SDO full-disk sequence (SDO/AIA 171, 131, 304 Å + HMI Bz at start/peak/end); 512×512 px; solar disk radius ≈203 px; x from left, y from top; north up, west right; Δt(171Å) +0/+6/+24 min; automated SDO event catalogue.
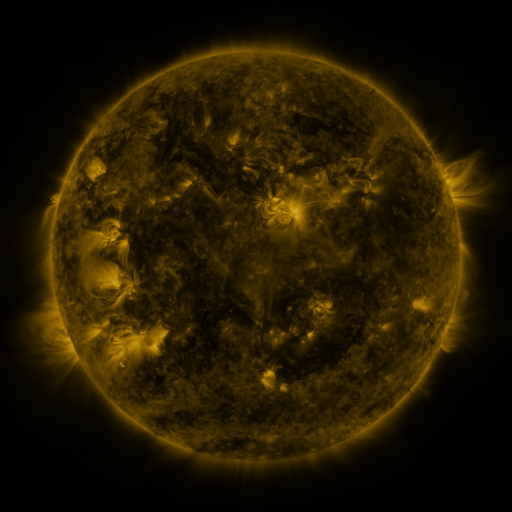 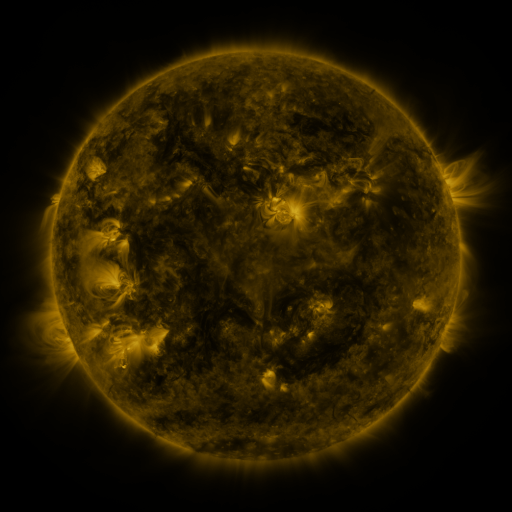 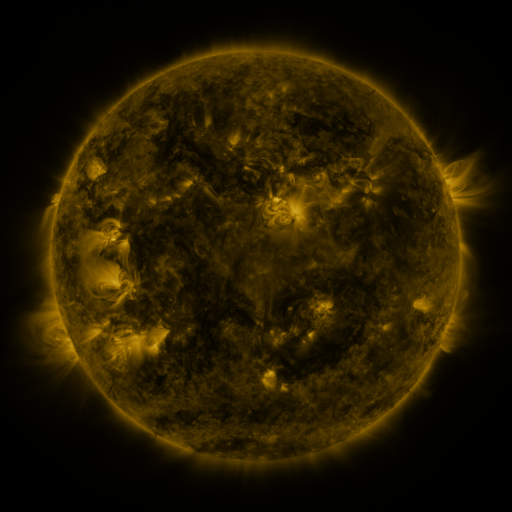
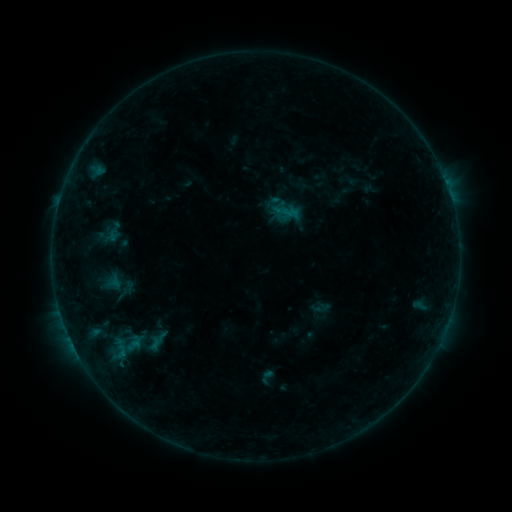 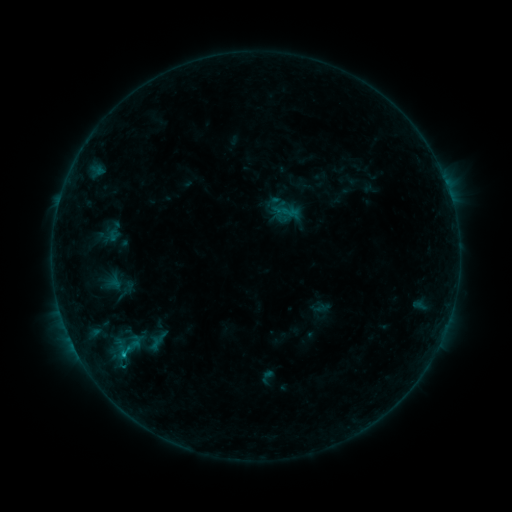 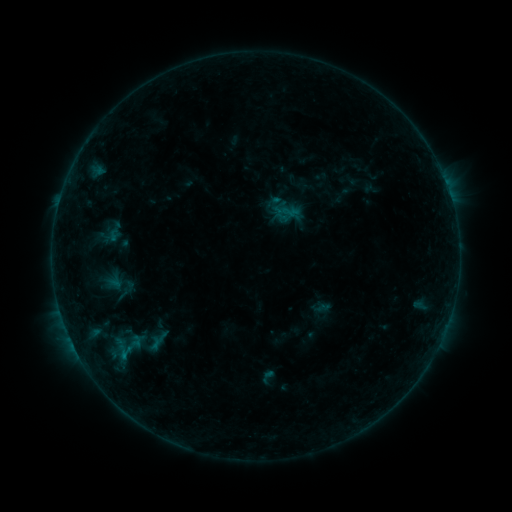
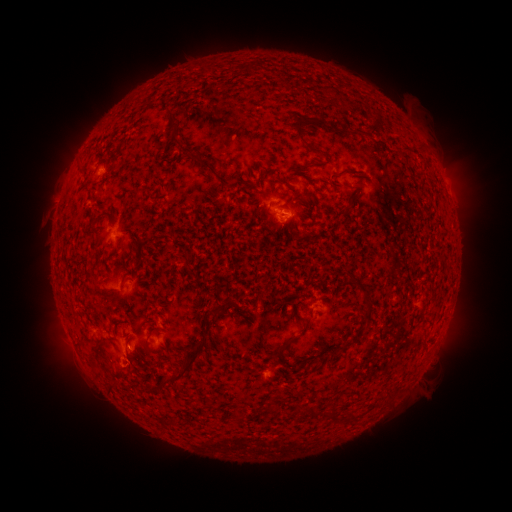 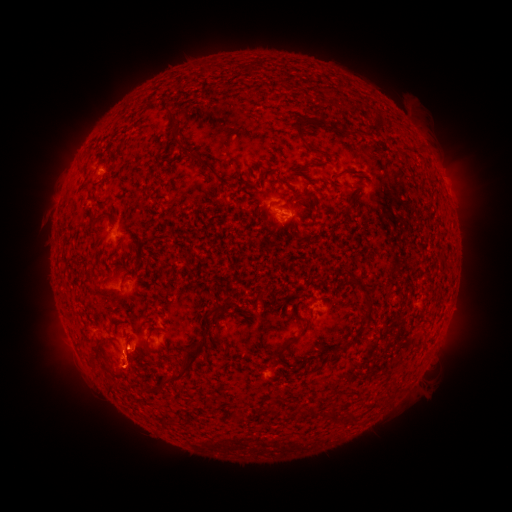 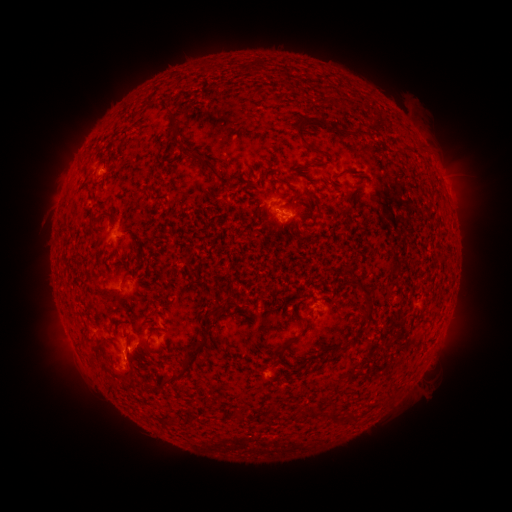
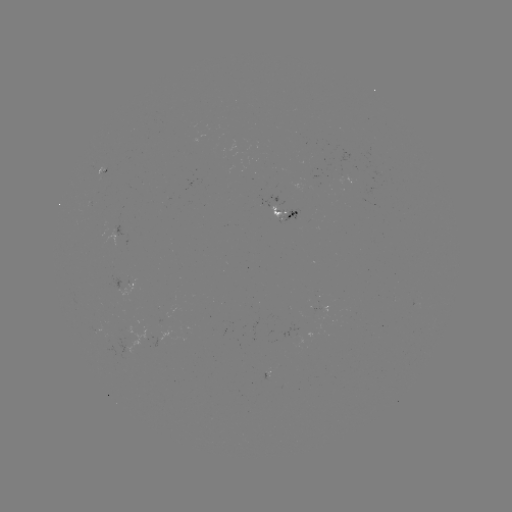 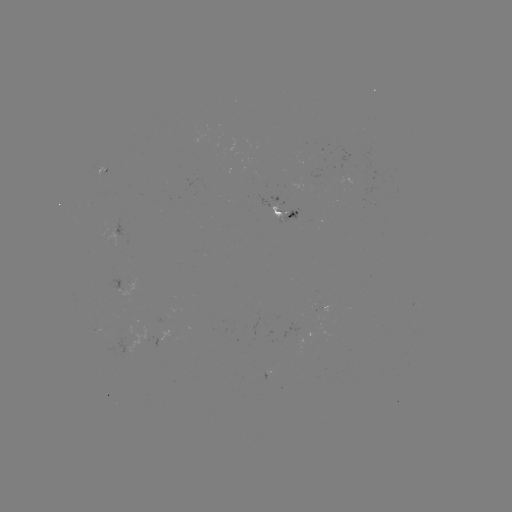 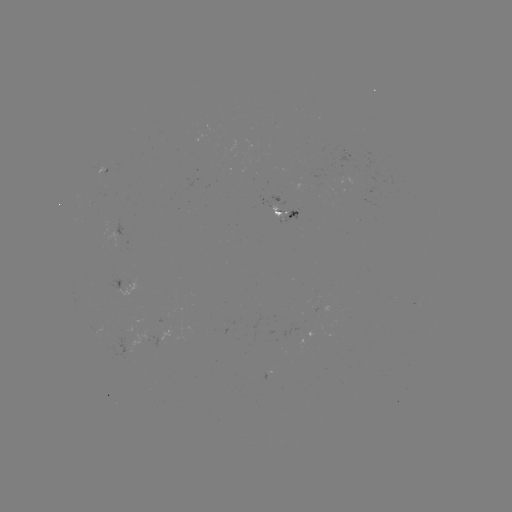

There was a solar flare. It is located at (123, 352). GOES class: B4.7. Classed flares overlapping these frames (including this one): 1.